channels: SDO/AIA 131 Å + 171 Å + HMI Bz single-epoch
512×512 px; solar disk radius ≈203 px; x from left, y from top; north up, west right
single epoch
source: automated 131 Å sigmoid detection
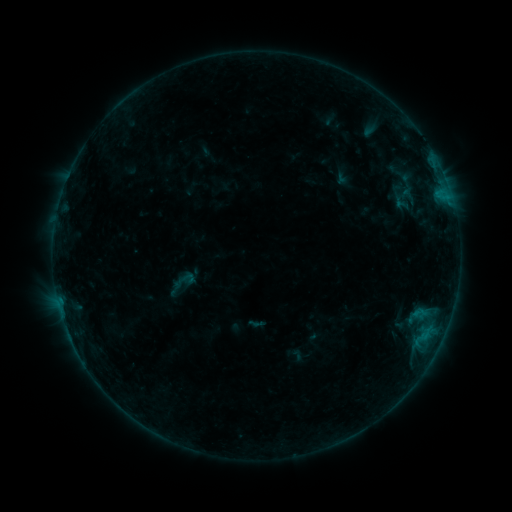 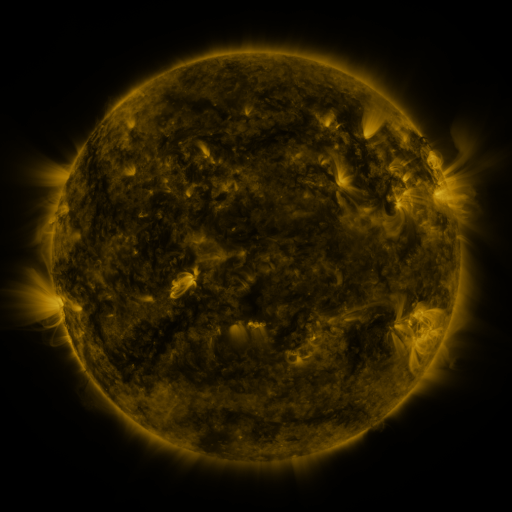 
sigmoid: <bbox>169, 268, 199, 293</bbox>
